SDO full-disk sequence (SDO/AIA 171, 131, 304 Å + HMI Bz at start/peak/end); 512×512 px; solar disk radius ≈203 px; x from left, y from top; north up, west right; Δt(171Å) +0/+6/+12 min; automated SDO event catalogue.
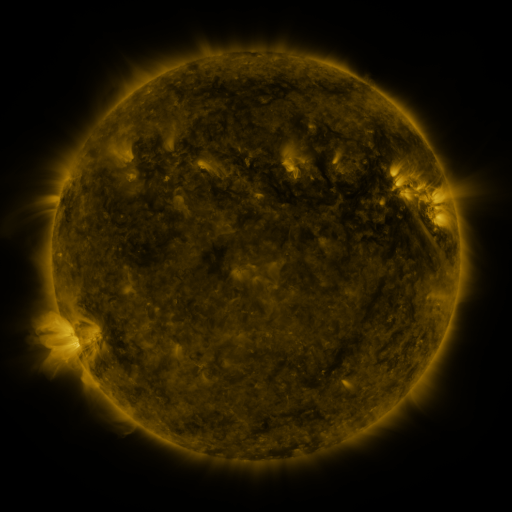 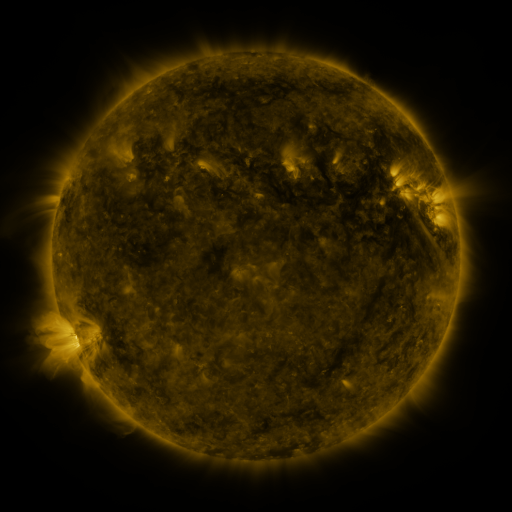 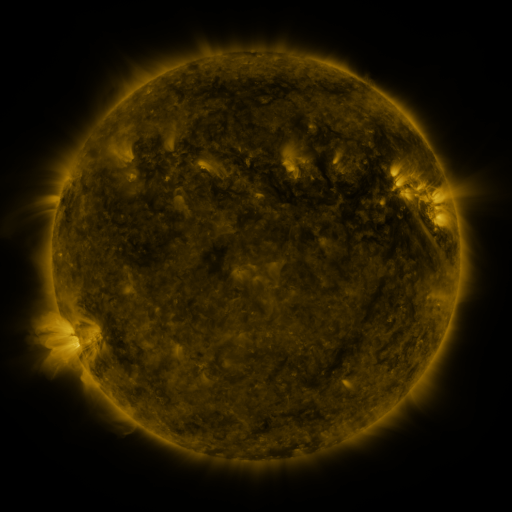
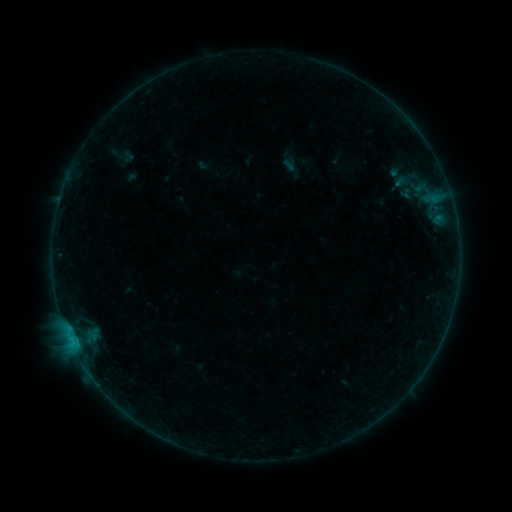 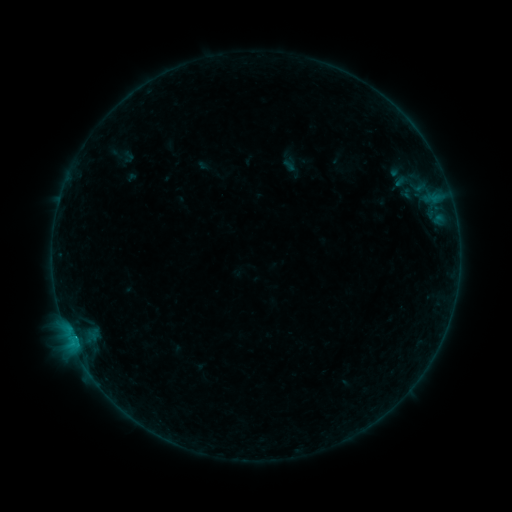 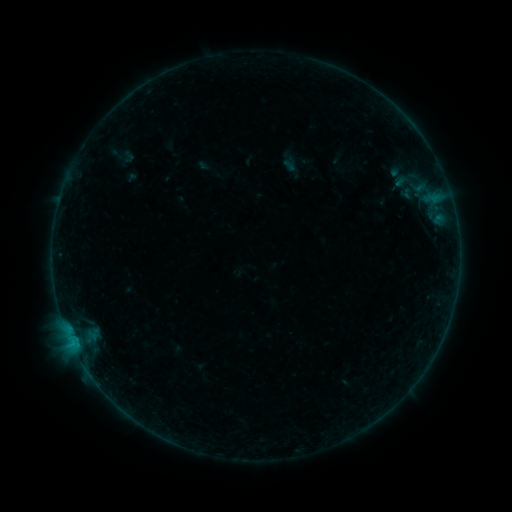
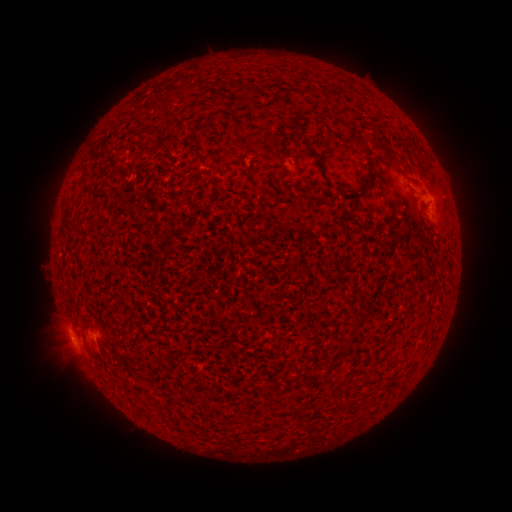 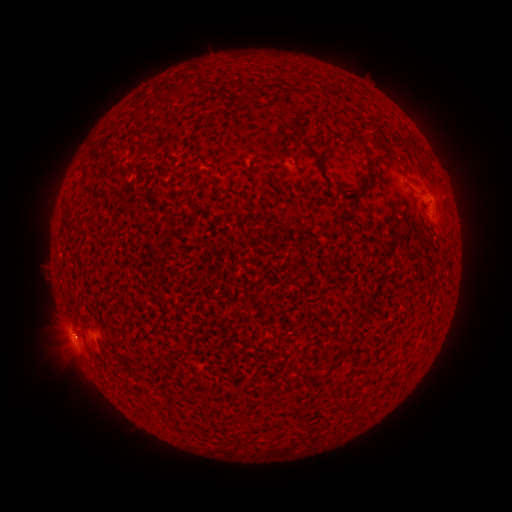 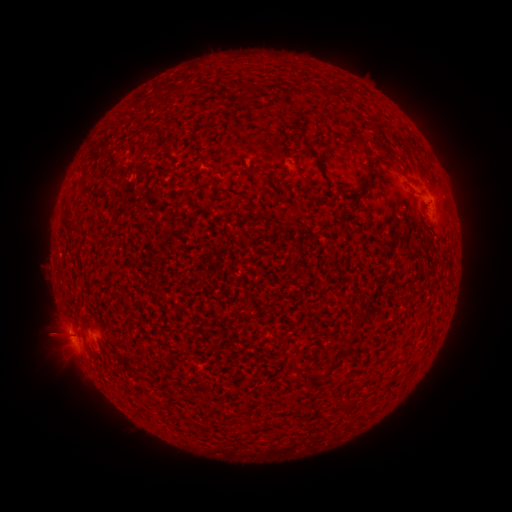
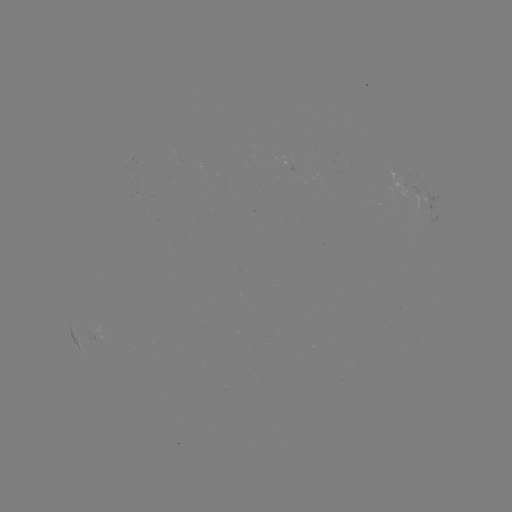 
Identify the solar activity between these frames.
B2.8 flare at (74, 336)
